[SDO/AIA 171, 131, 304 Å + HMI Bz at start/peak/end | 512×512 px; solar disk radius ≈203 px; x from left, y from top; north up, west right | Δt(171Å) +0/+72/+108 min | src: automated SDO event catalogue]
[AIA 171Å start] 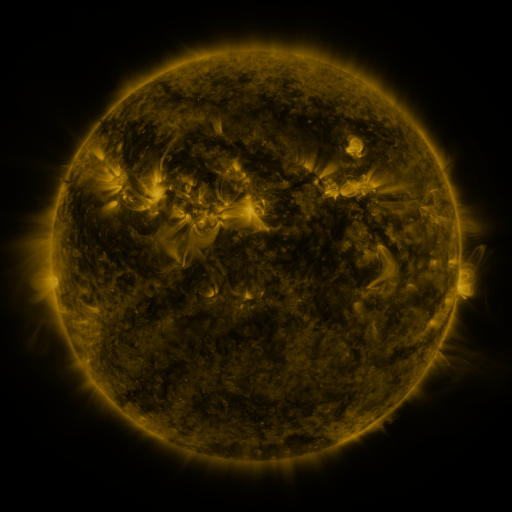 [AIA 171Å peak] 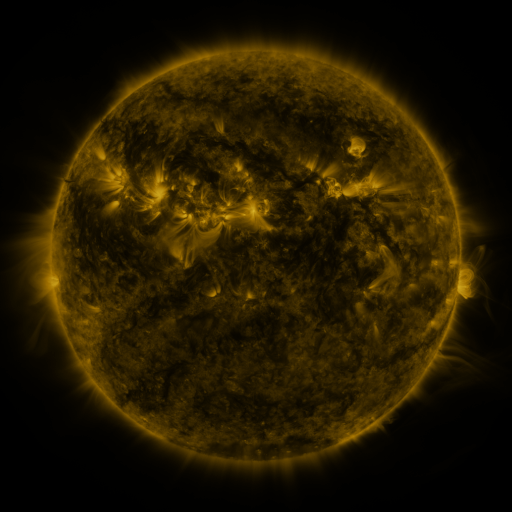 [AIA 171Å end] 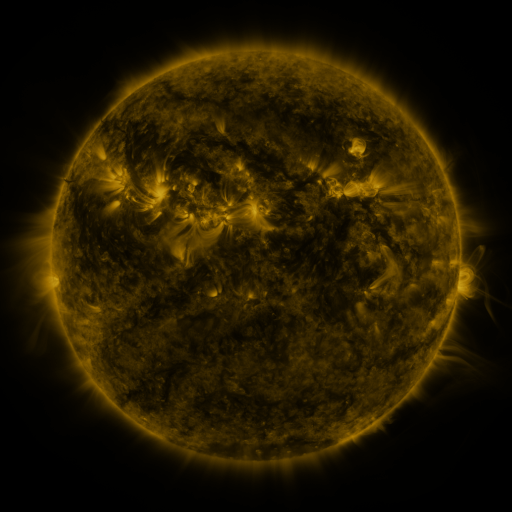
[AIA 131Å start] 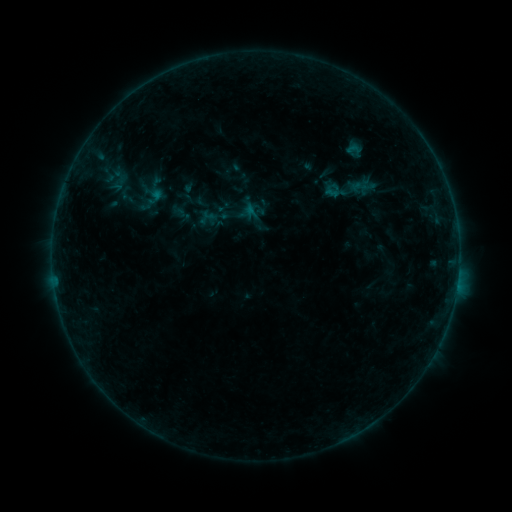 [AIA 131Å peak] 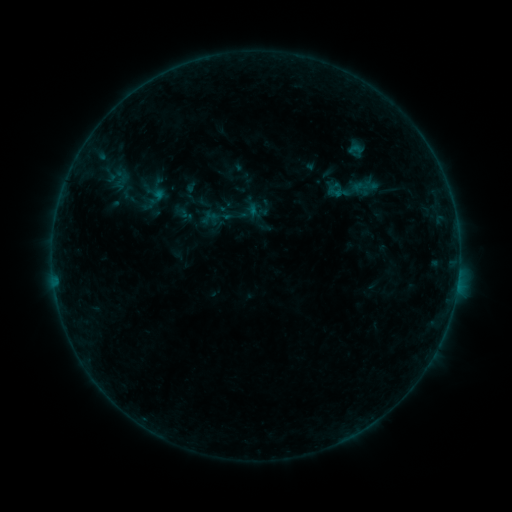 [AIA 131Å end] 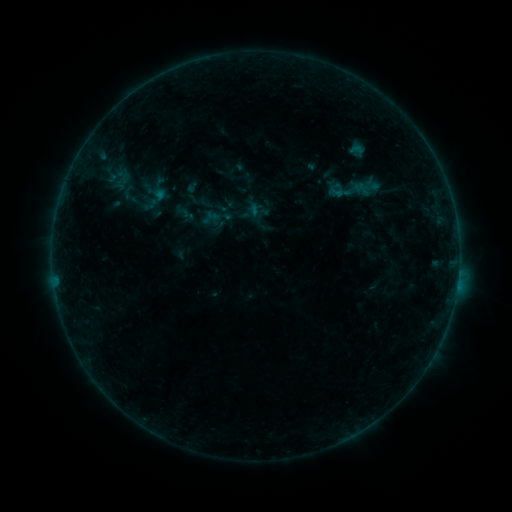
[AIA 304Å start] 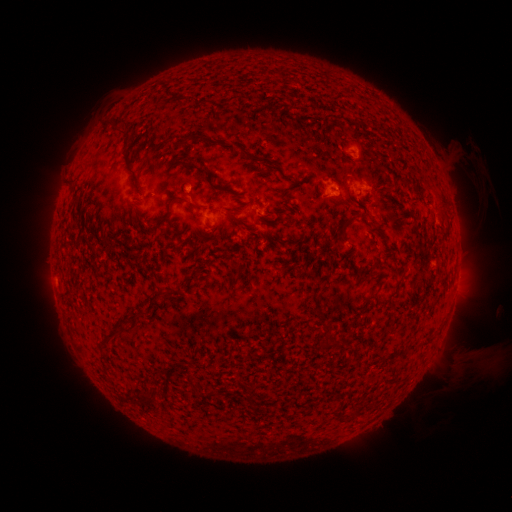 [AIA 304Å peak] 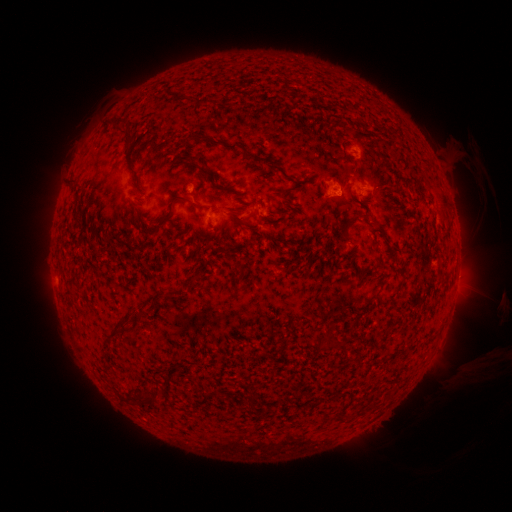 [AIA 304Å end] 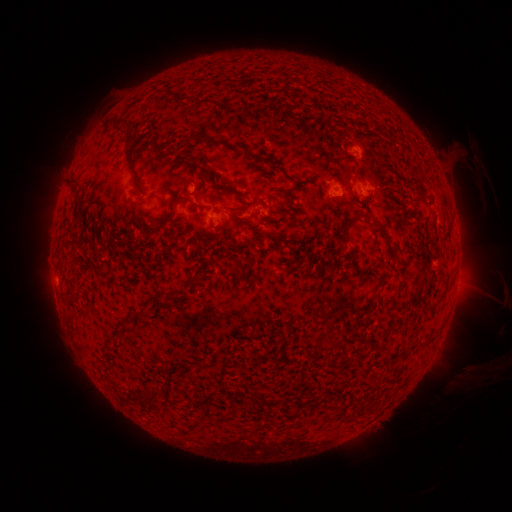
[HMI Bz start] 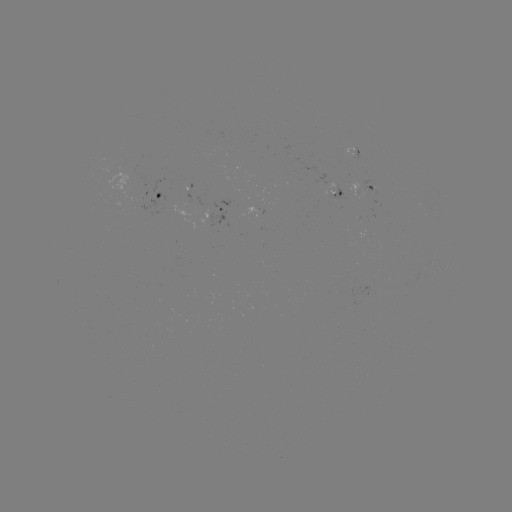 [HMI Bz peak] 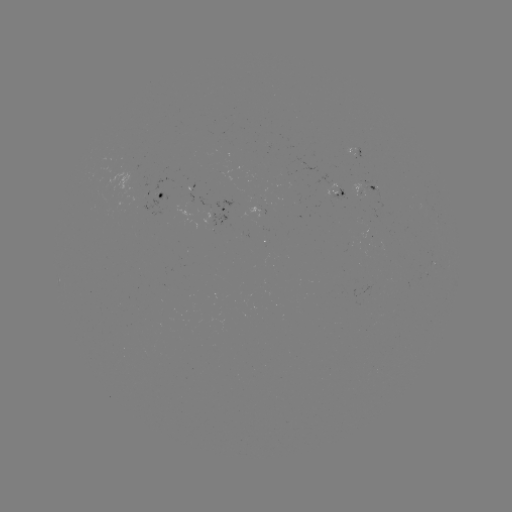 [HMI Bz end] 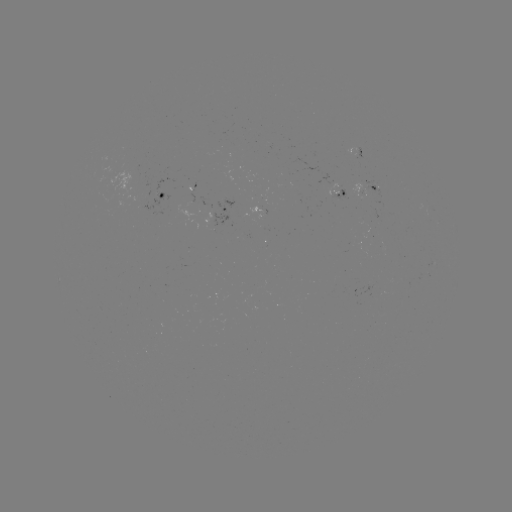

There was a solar emerging-flux region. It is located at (183, 254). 